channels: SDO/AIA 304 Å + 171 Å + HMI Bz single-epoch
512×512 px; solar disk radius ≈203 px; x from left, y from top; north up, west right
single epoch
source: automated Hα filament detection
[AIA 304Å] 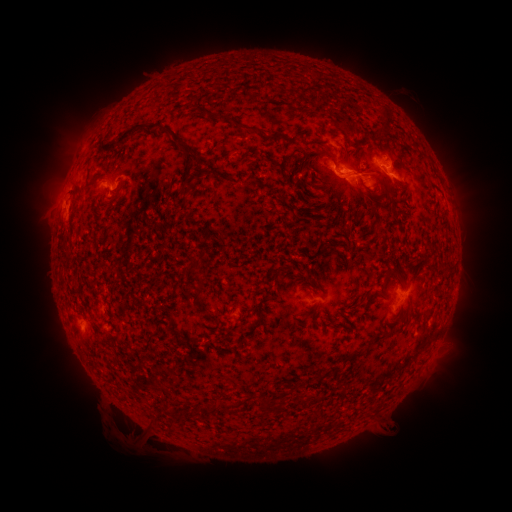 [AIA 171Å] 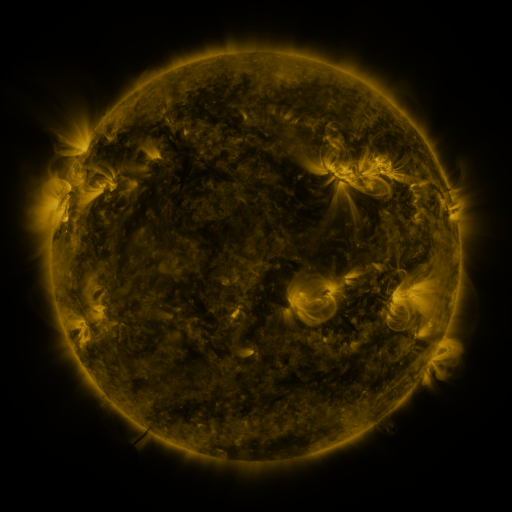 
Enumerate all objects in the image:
filament: [383, 111, 393, 129]
filament: [218, 113, 252, 131]
filament: [100, 121, 186, 151]
filament: [341, 125, 357, 137]
filament: [298, 151, 314, 175]
filament: [187, 152, 208, 165]
filament: [180, 184, 189, 205]
filament: [253, 316, 262, 327]
filament: [200, 407, 211, 416]
